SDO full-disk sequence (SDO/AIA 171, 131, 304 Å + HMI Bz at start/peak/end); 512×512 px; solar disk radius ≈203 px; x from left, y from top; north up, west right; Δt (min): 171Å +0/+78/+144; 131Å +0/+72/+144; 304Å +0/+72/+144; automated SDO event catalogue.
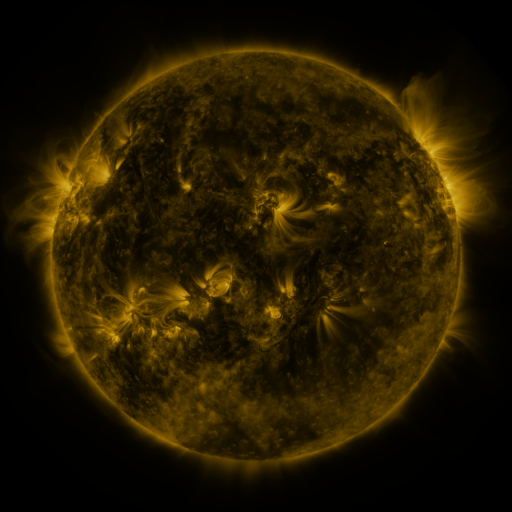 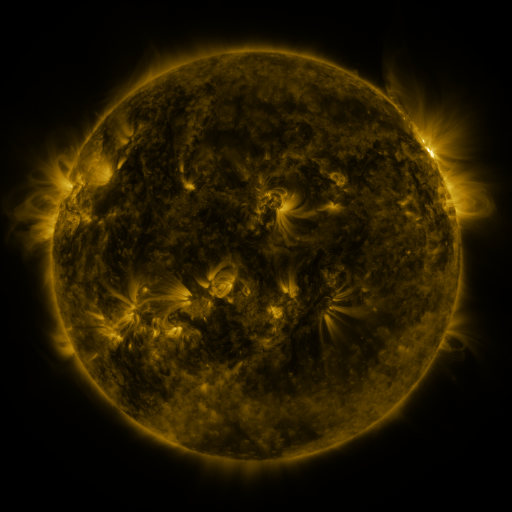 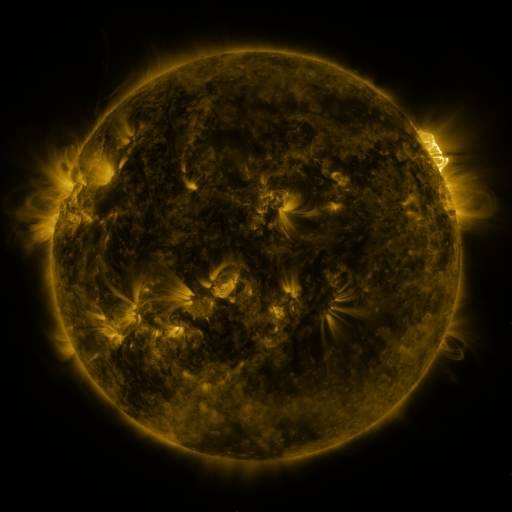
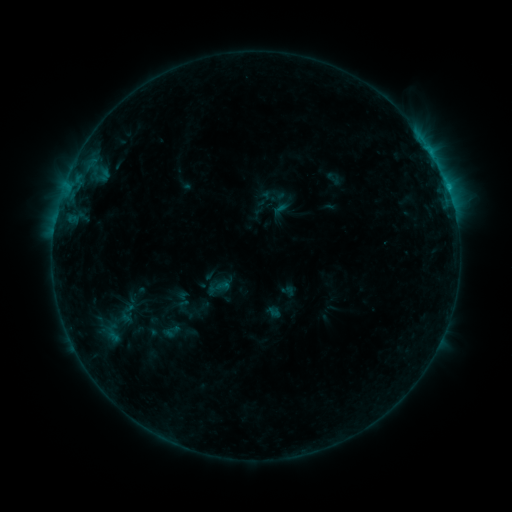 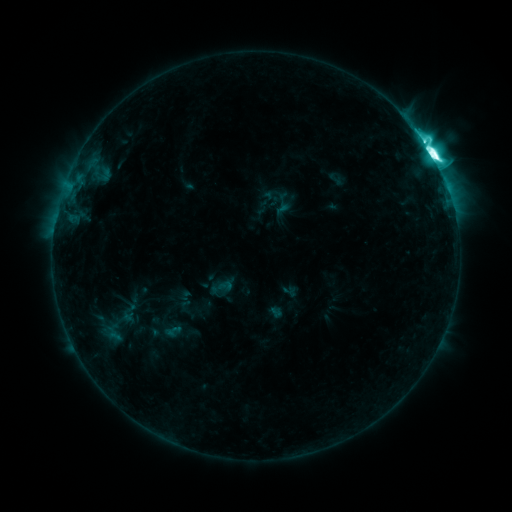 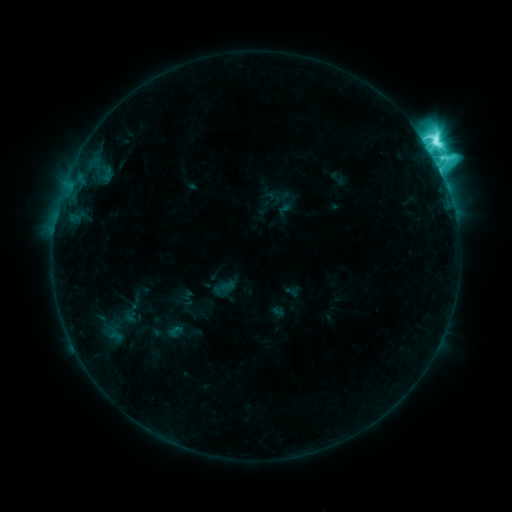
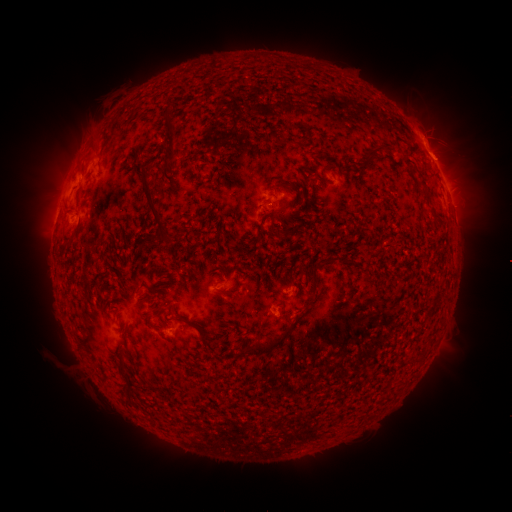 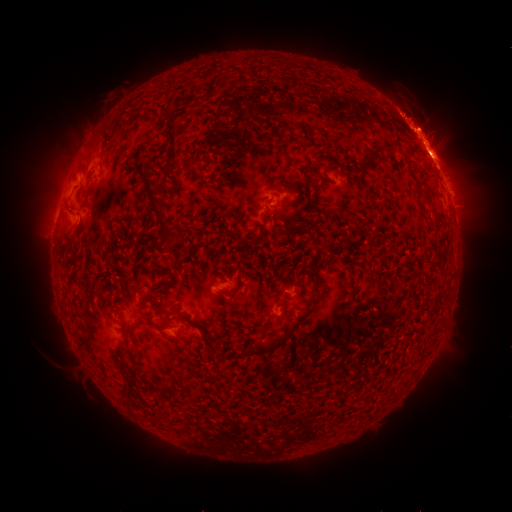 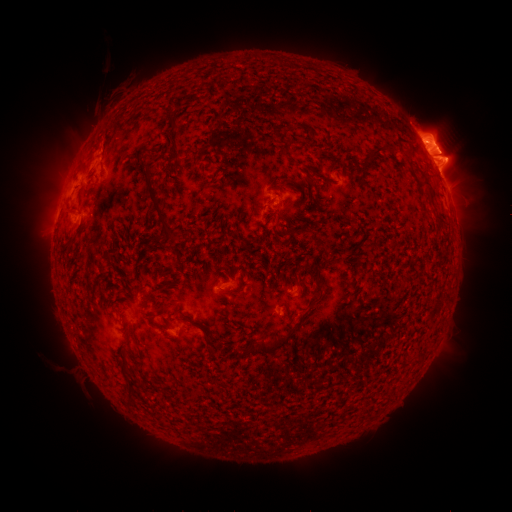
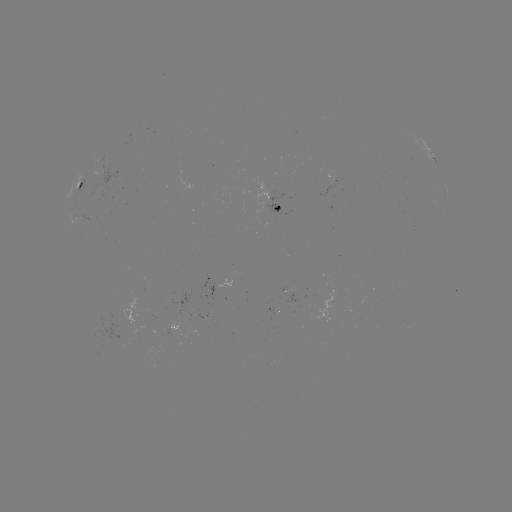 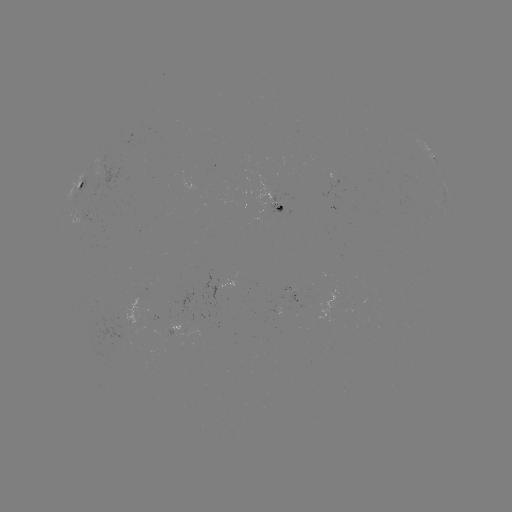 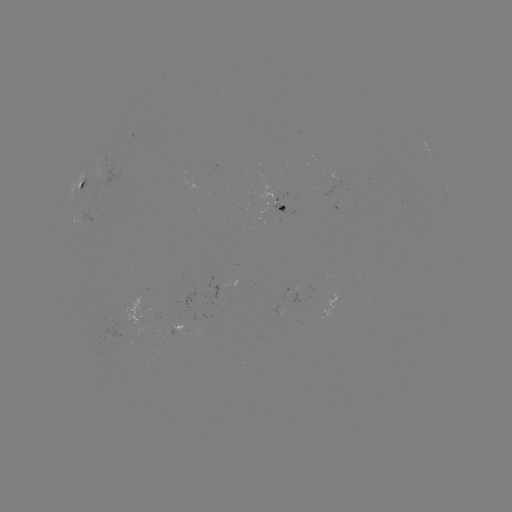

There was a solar filament eruption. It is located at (437, 152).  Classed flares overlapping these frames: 1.